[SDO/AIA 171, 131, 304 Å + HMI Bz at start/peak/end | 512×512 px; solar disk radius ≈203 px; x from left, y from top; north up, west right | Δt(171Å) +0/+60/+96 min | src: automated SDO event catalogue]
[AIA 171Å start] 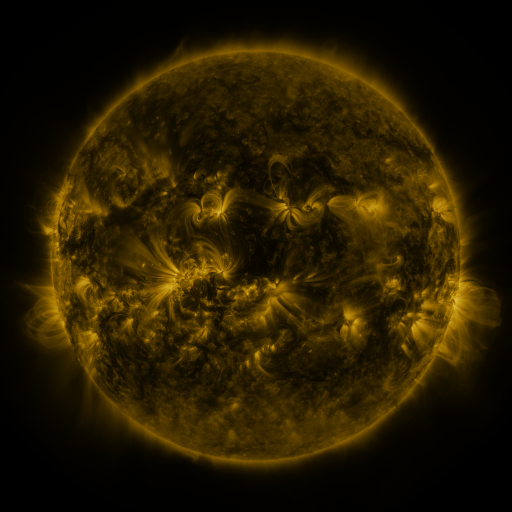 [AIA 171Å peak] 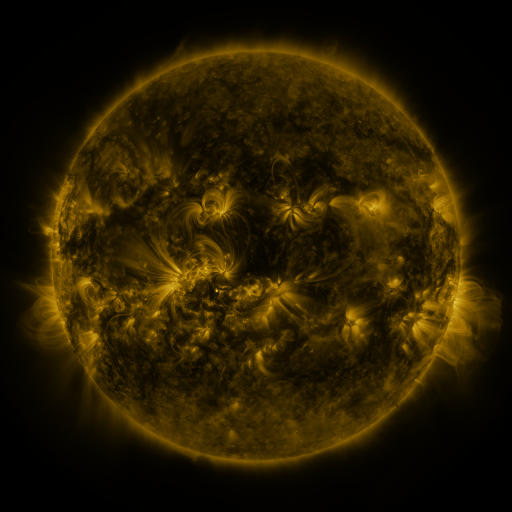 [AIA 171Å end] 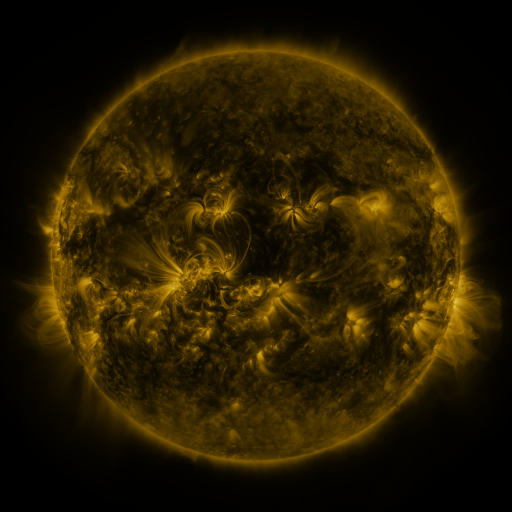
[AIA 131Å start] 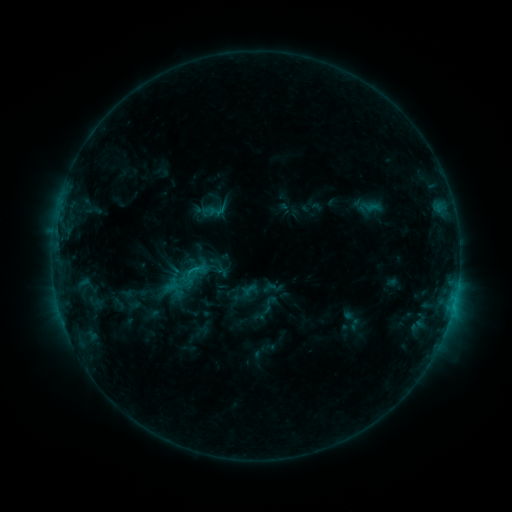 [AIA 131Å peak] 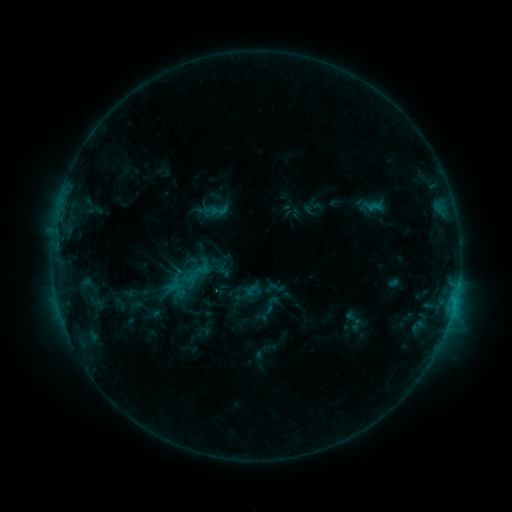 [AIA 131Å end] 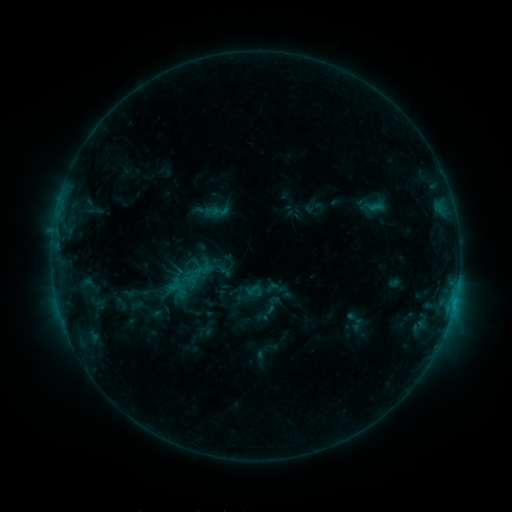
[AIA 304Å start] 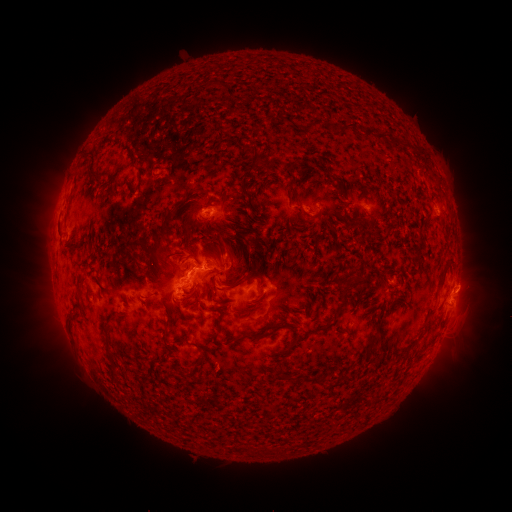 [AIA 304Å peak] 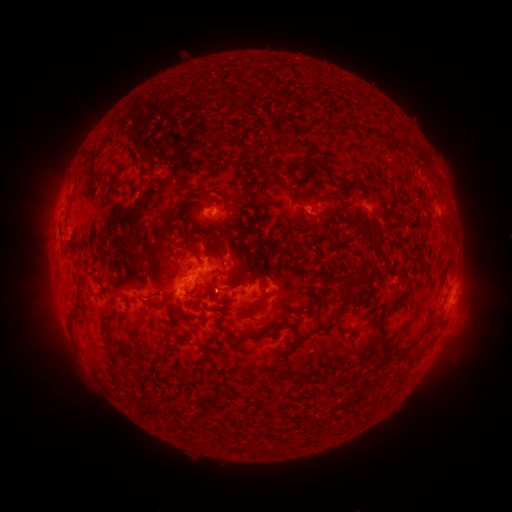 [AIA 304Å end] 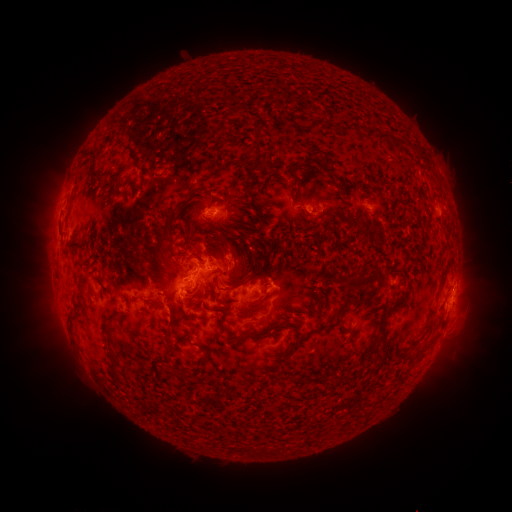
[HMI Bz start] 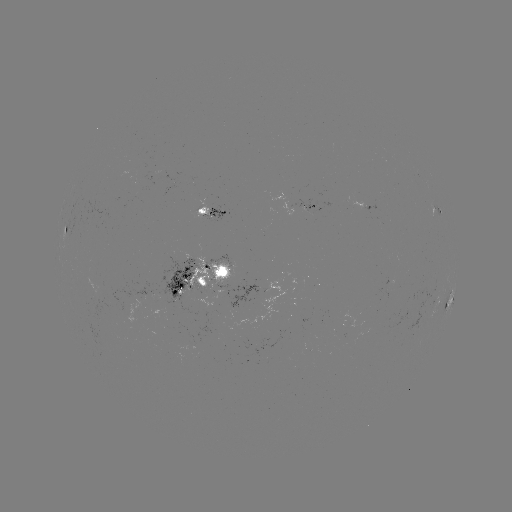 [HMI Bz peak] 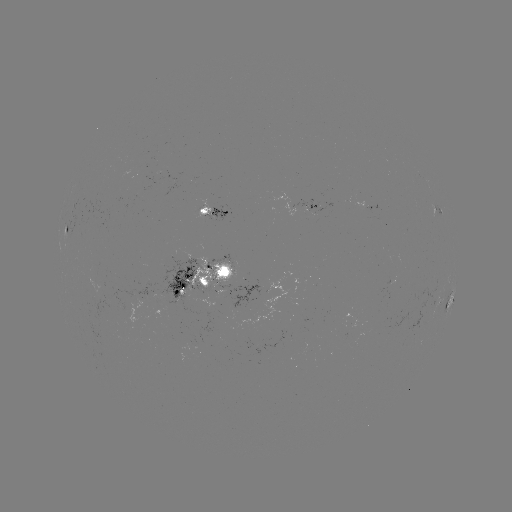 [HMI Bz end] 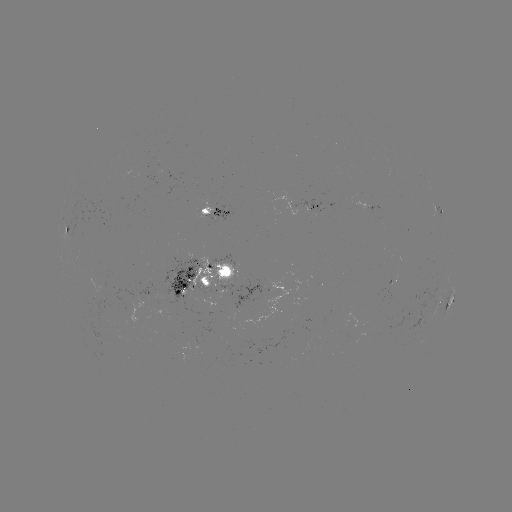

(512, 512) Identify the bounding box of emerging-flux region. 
[188, 259, 236, 297].